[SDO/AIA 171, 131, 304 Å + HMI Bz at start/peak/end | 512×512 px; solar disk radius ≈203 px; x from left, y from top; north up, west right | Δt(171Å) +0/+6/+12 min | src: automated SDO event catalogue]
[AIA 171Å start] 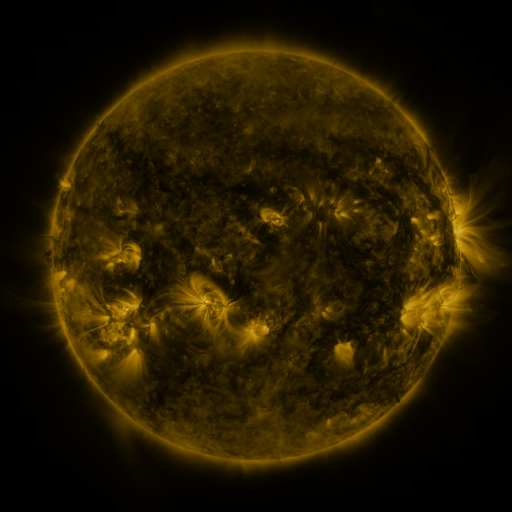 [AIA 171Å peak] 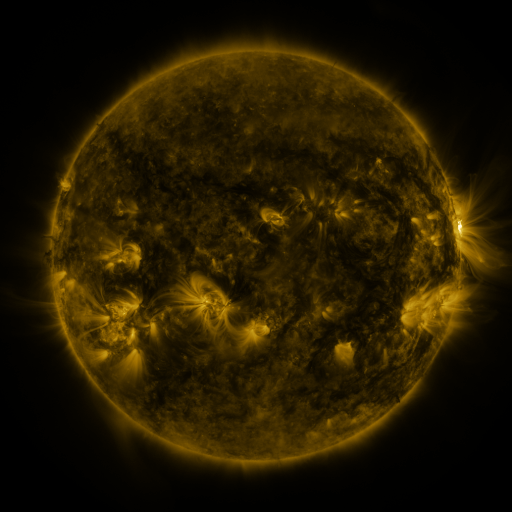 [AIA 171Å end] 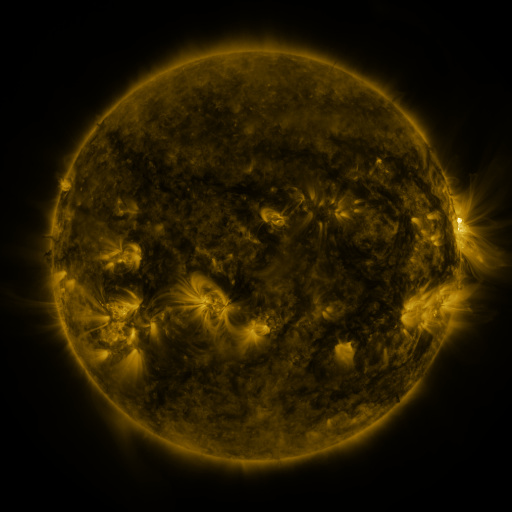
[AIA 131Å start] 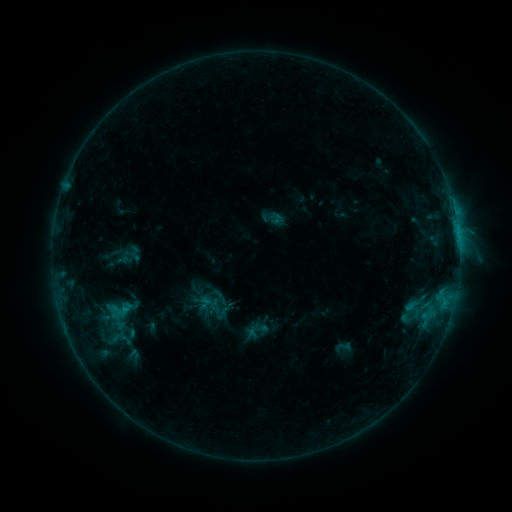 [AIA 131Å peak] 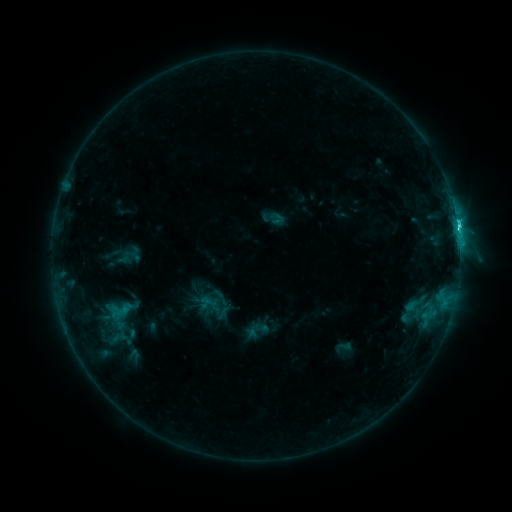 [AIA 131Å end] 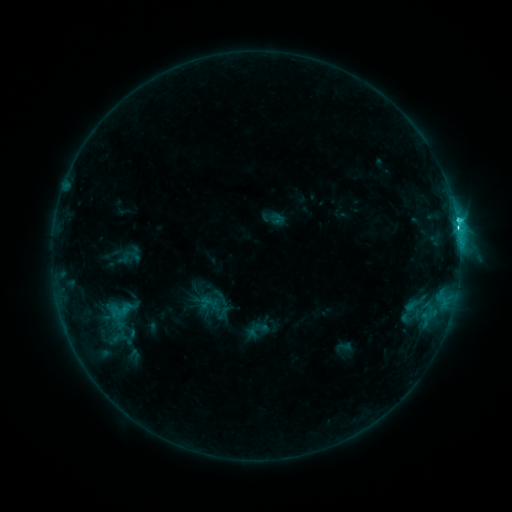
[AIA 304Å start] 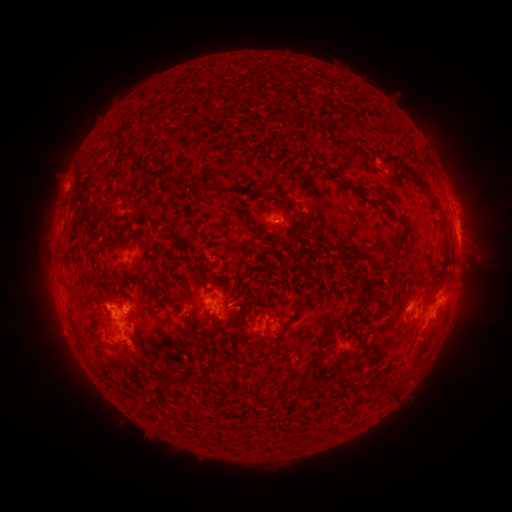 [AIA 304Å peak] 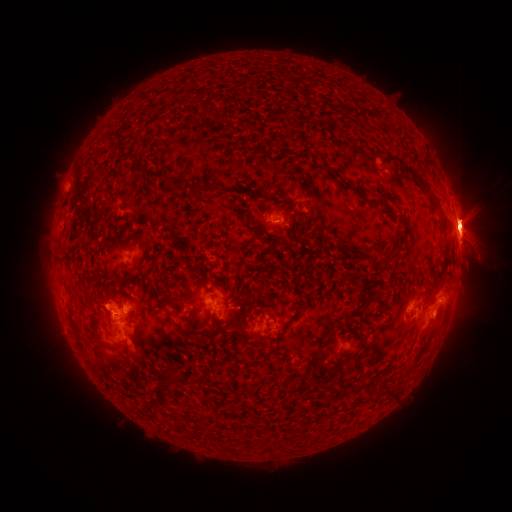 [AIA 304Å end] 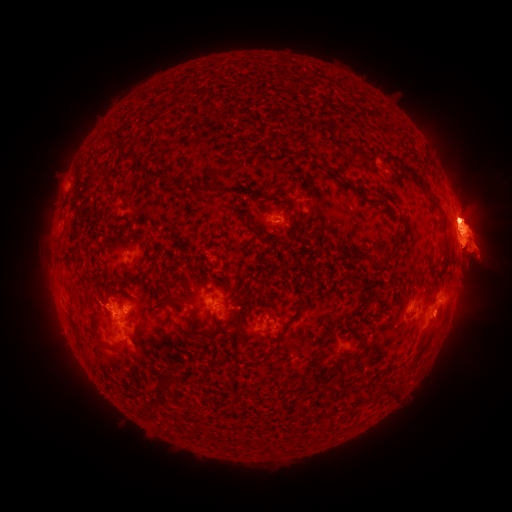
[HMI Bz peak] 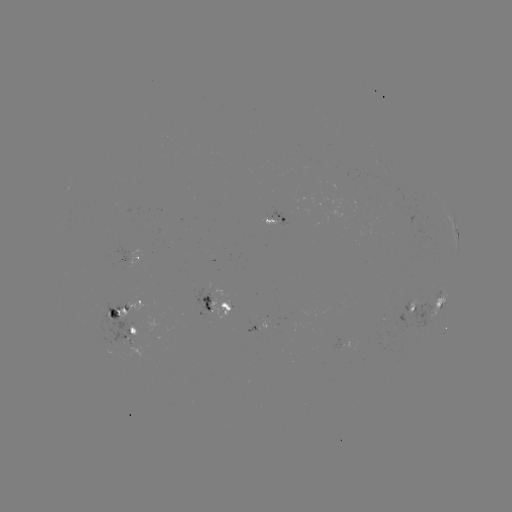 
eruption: [439, 110, 488, 136]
